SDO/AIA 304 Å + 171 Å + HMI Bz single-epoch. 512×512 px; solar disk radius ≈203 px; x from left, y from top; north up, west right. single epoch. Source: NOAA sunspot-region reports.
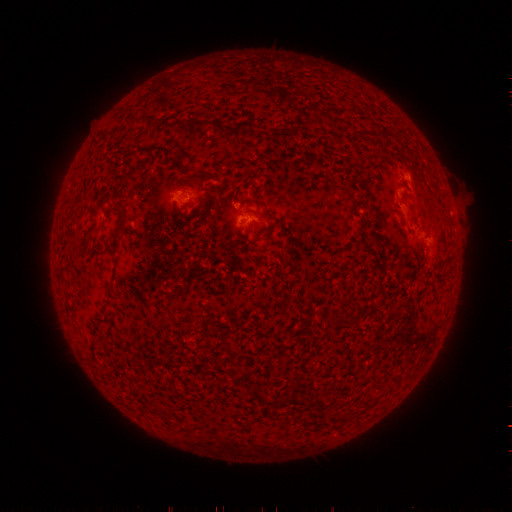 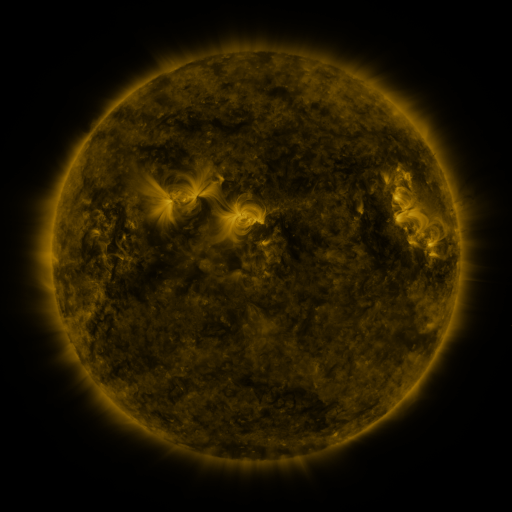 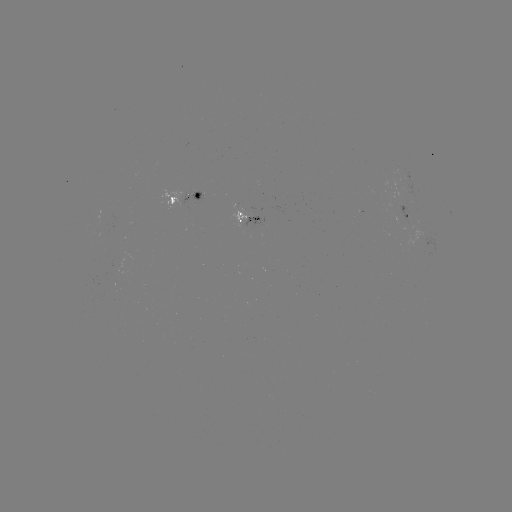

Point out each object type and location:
spotted active region: (184, 196)
spotted active region: (252, 215)
spotted active region: (410, 215)
spotted active region: (435, 243)
